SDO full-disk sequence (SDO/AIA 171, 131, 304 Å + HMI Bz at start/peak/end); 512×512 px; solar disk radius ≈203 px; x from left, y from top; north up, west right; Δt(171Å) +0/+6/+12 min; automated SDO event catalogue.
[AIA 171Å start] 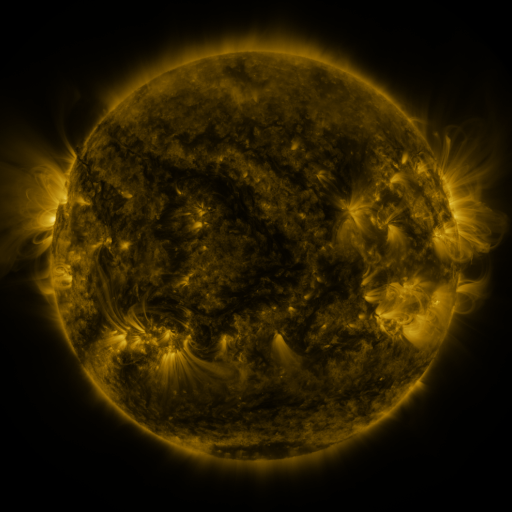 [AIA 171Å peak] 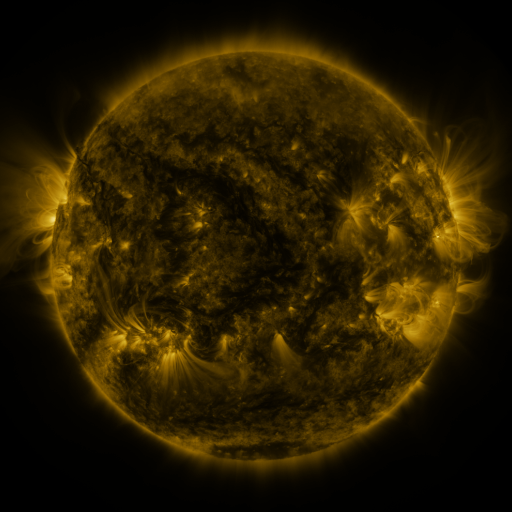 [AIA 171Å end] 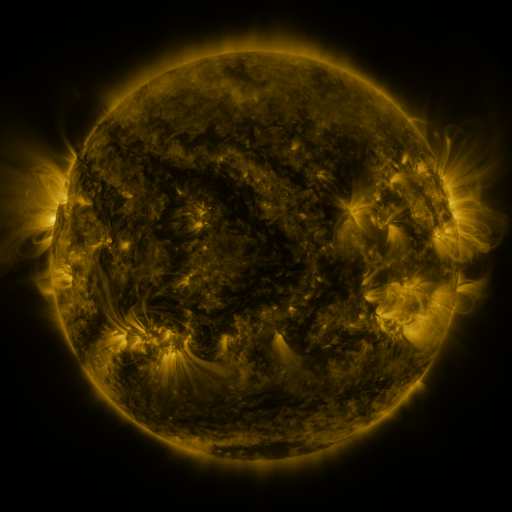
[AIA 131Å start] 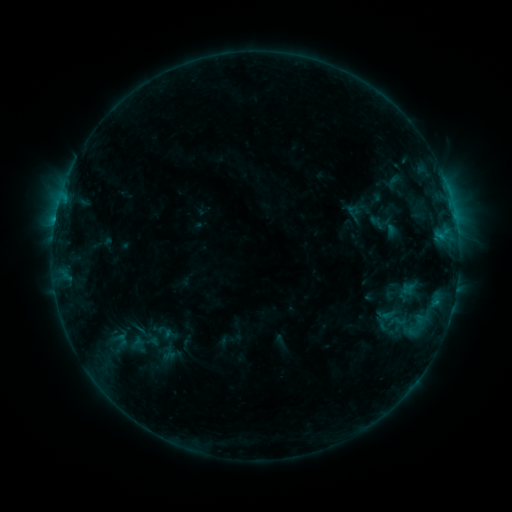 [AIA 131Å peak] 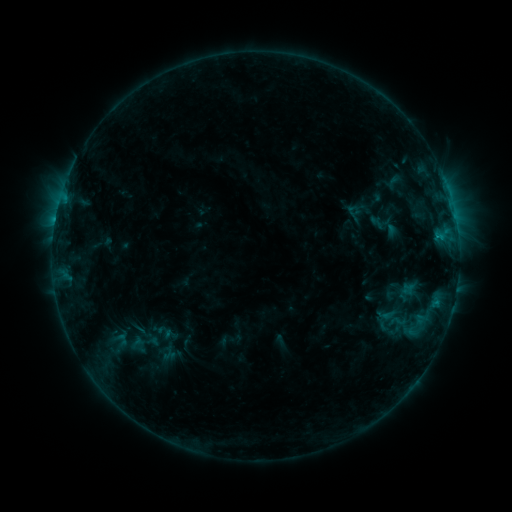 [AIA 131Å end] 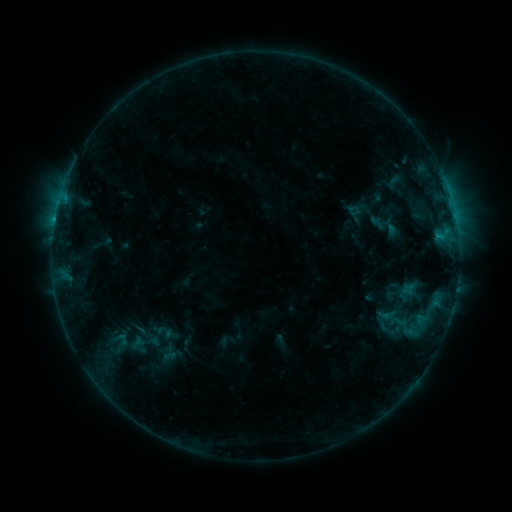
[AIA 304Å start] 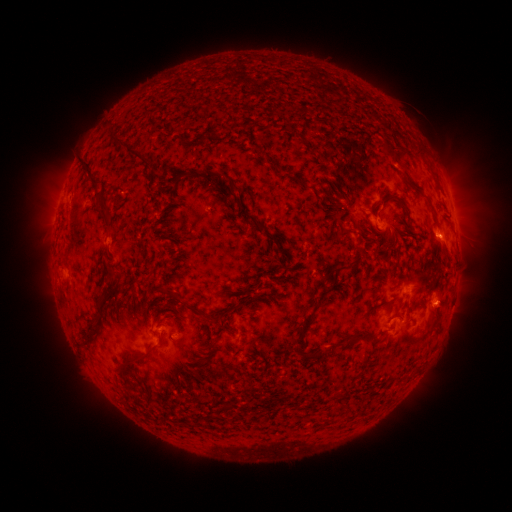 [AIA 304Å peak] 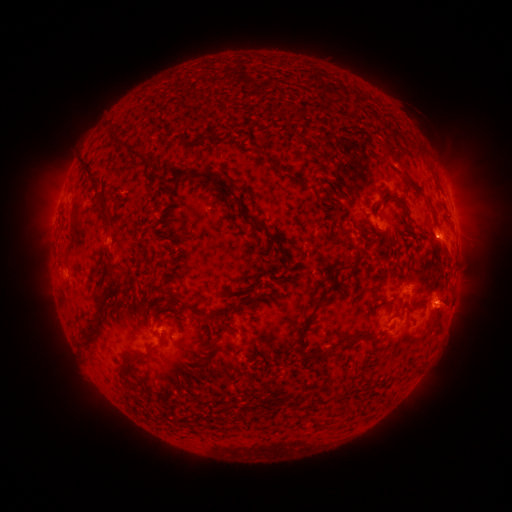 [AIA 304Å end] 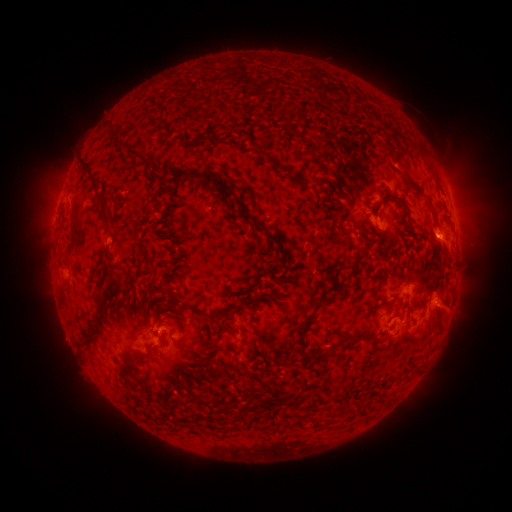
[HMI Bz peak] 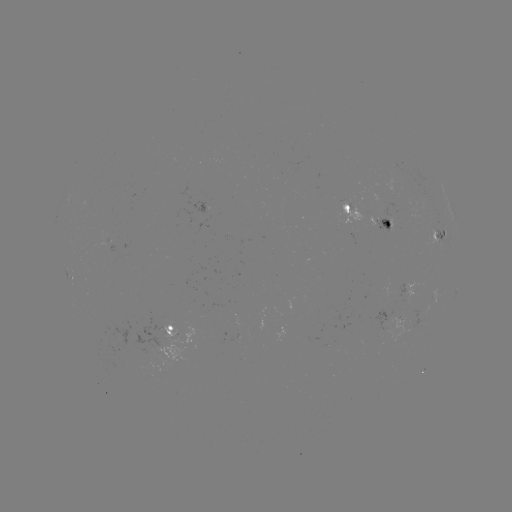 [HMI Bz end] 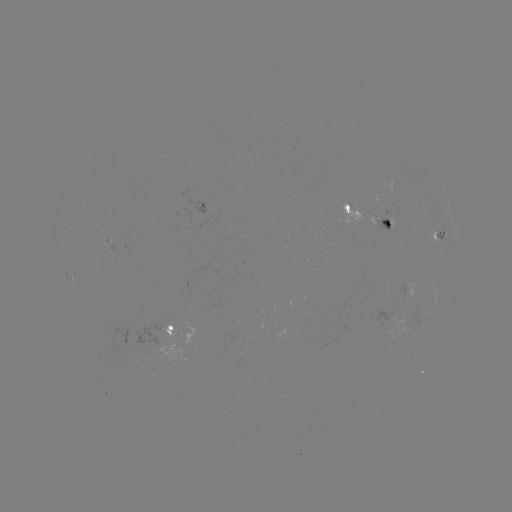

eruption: <bbox>422, 284, 467, 329</bbox>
